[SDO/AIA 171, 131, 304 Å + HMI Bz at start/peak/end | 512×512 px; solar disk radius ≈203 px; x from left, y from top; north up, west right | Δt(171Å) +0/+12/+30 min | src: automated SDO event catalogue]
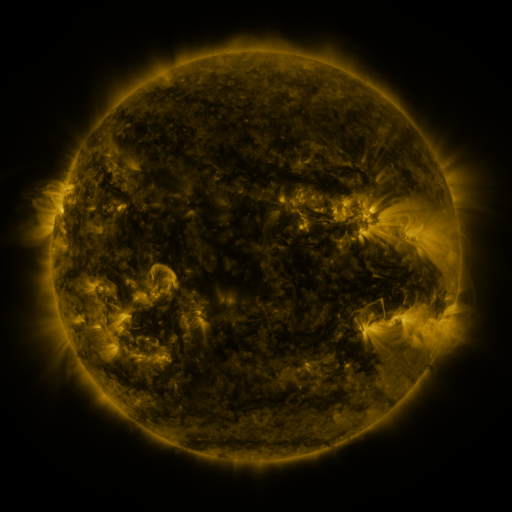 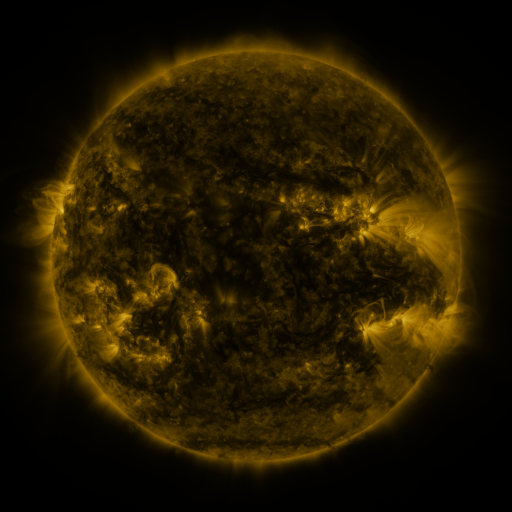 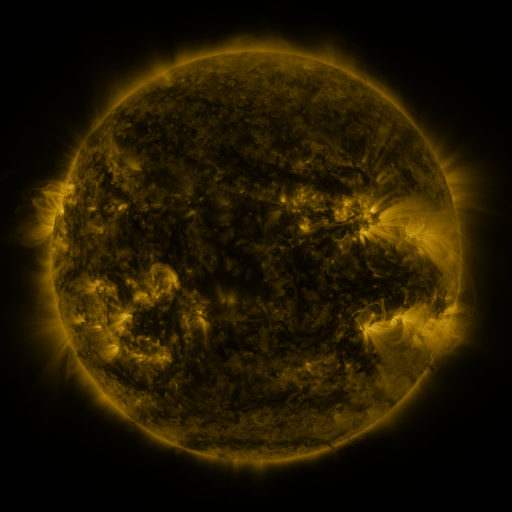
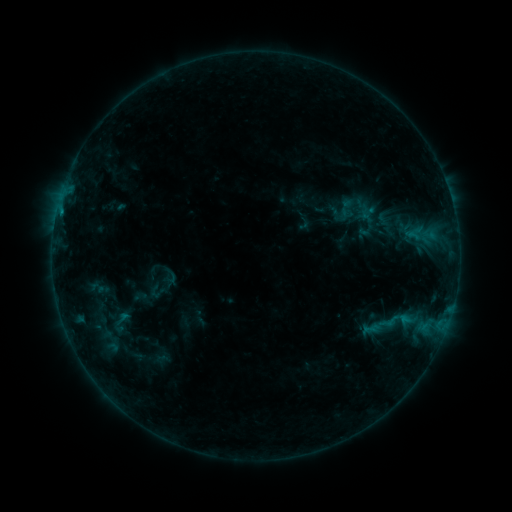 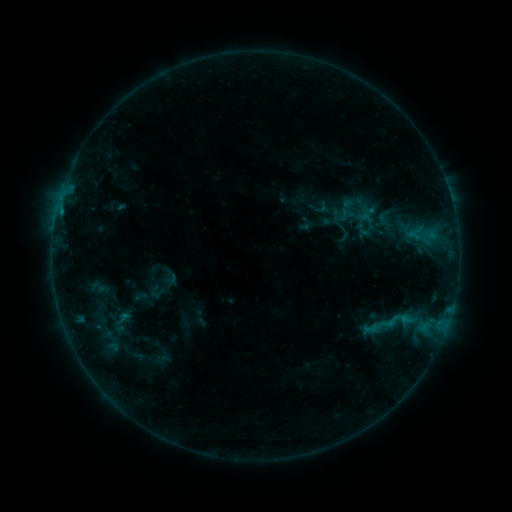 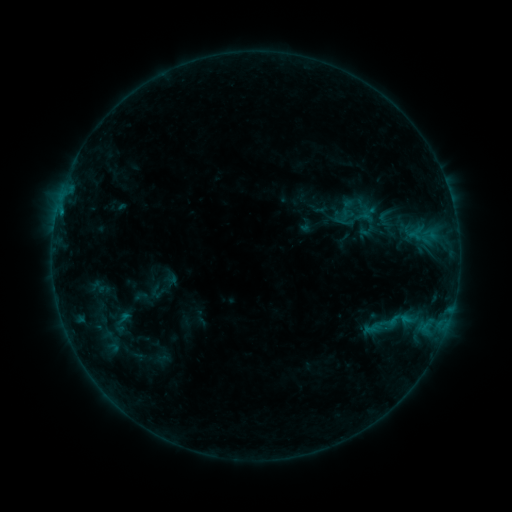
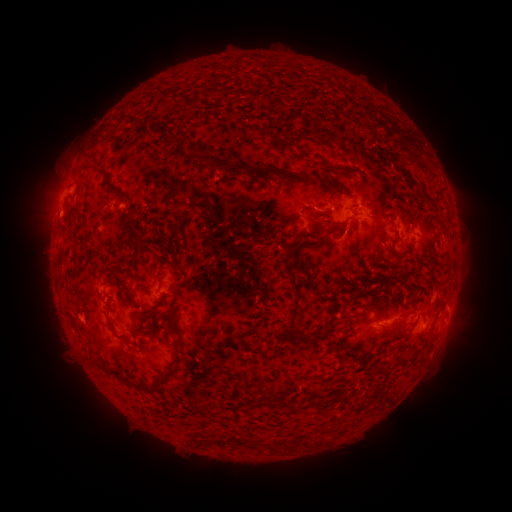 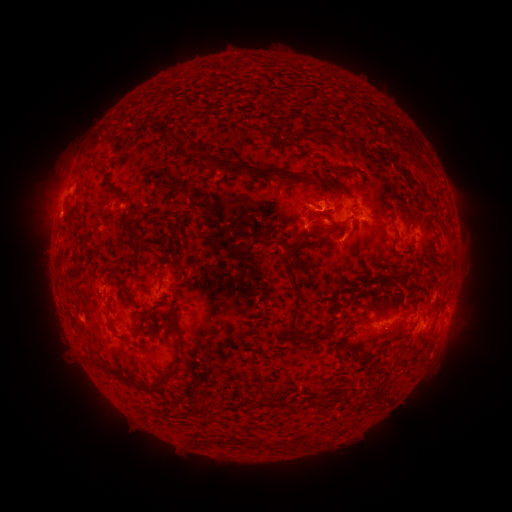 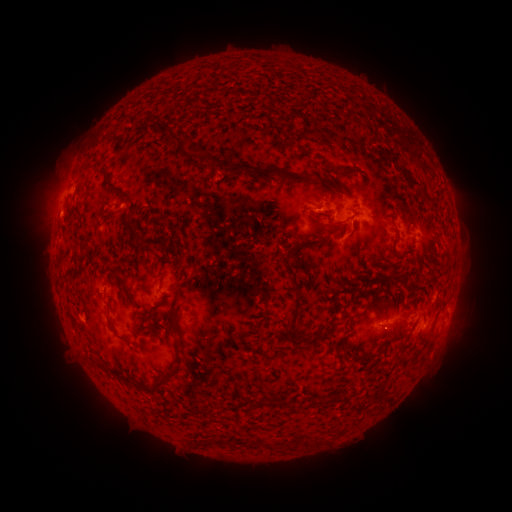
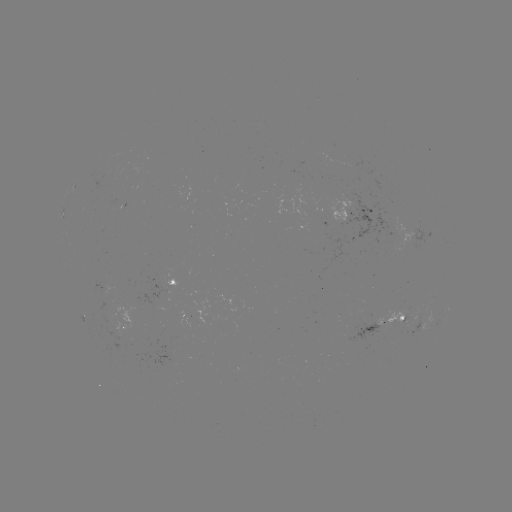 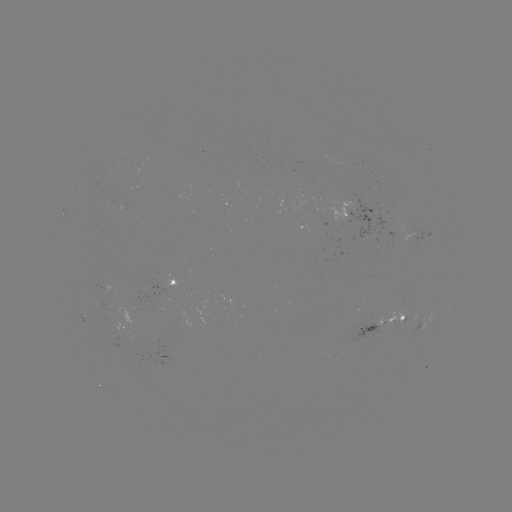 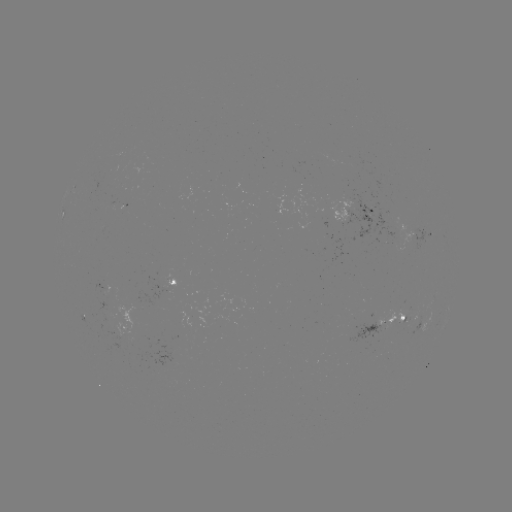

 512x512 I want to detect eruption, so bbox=[290, 187, 369, 261].